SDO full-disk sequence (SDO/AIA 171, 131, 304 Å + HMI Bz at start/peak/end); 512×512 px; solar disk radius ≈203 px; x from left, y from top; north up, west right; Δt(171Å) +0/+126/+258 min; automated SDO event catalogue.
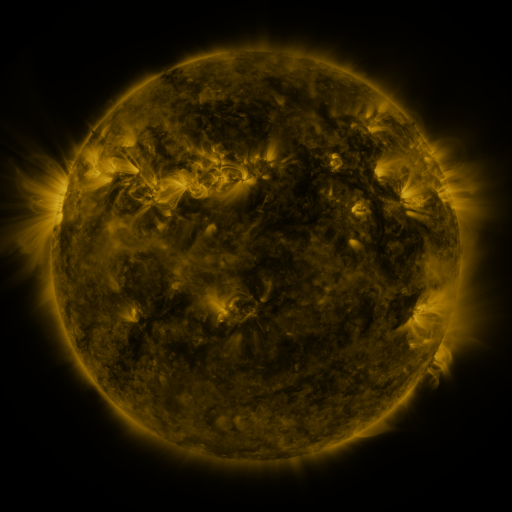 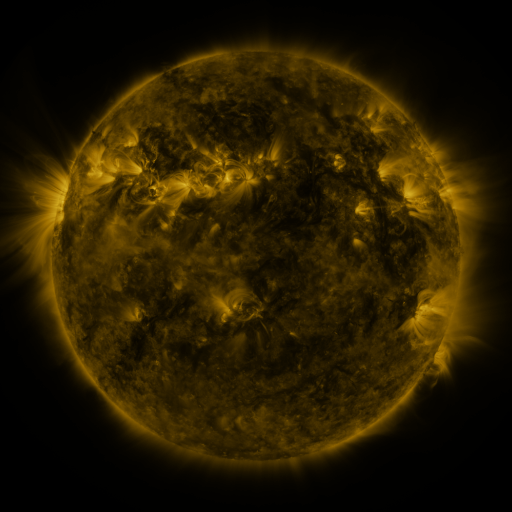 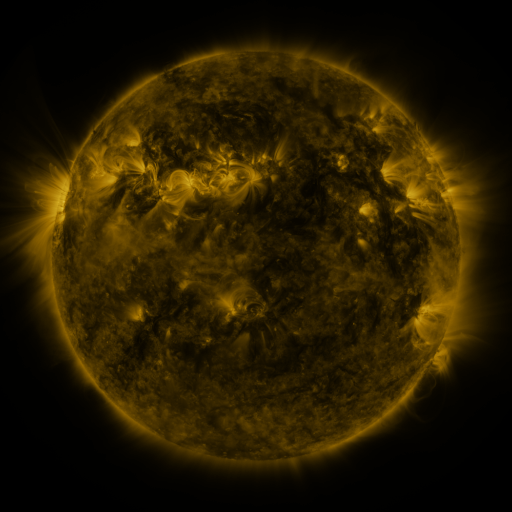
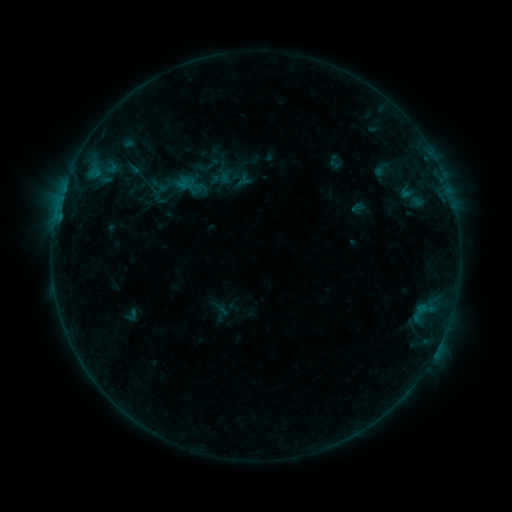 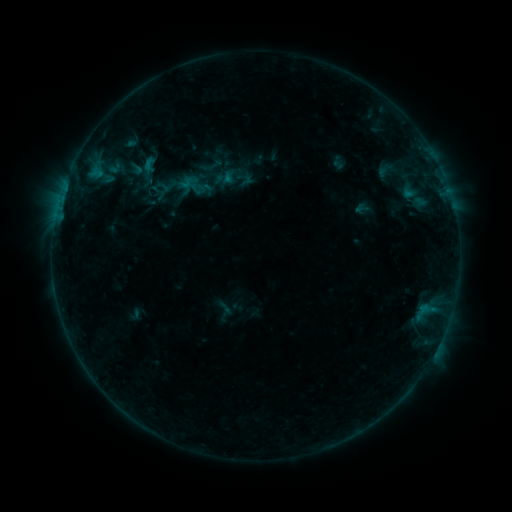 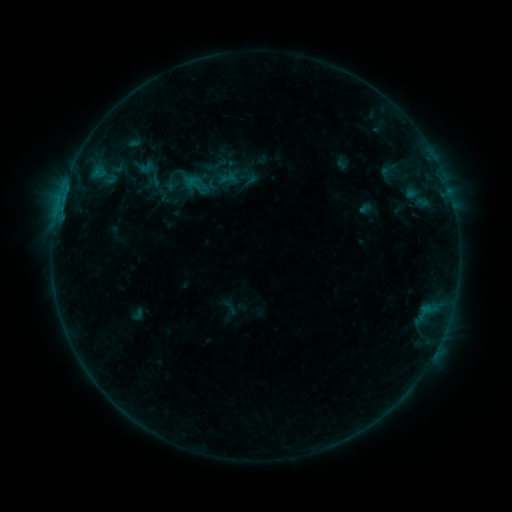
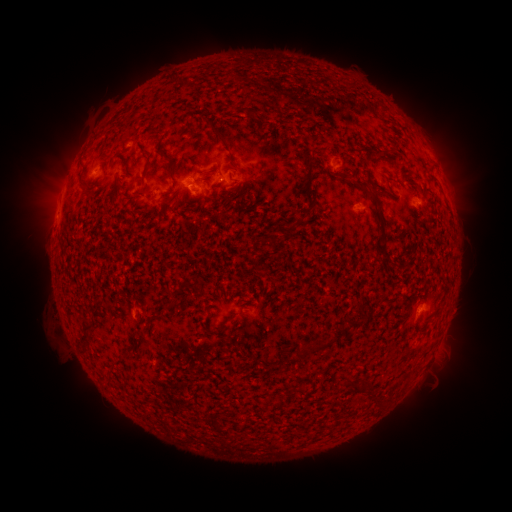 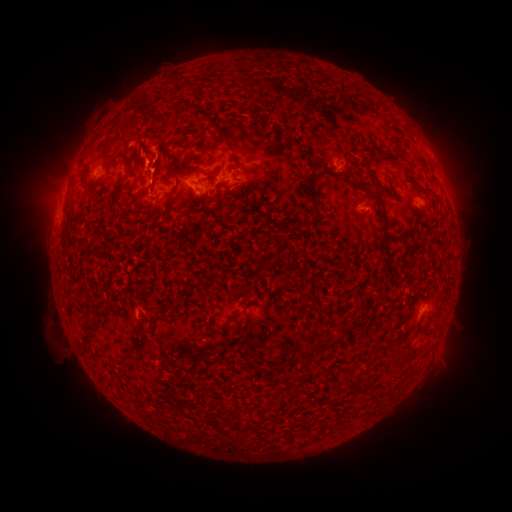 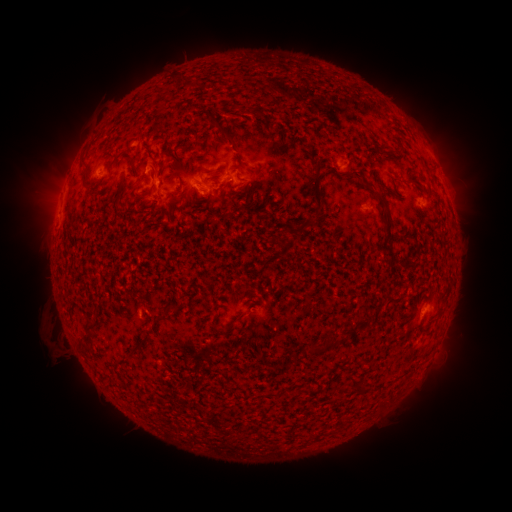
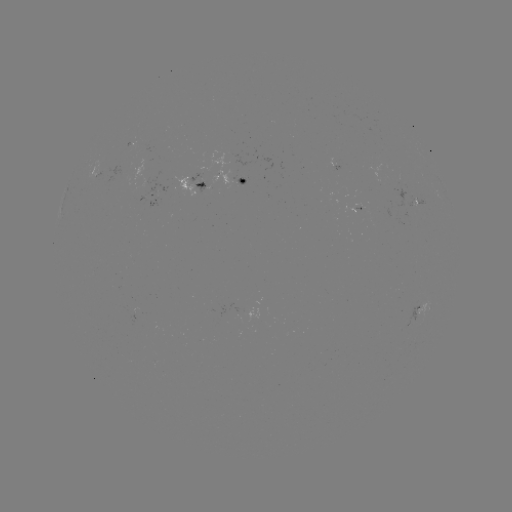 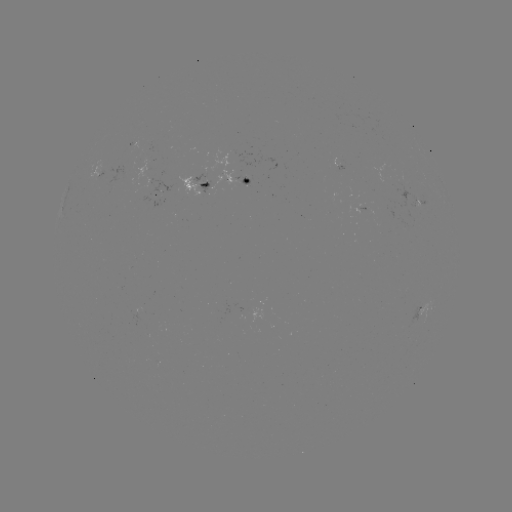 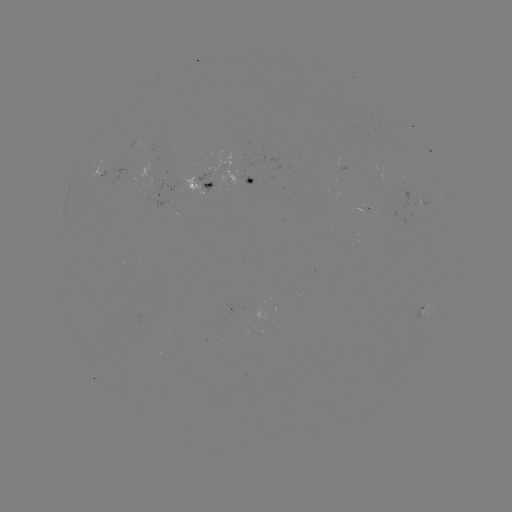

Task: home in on filament eruption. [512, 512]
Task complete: [133, 126].